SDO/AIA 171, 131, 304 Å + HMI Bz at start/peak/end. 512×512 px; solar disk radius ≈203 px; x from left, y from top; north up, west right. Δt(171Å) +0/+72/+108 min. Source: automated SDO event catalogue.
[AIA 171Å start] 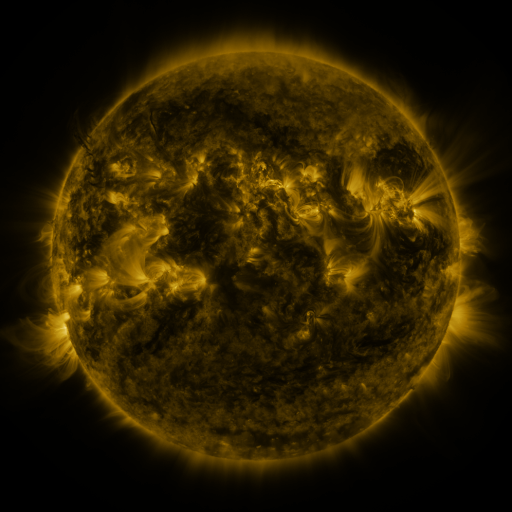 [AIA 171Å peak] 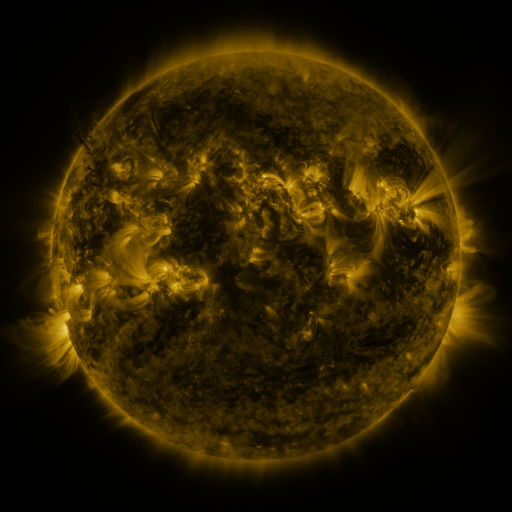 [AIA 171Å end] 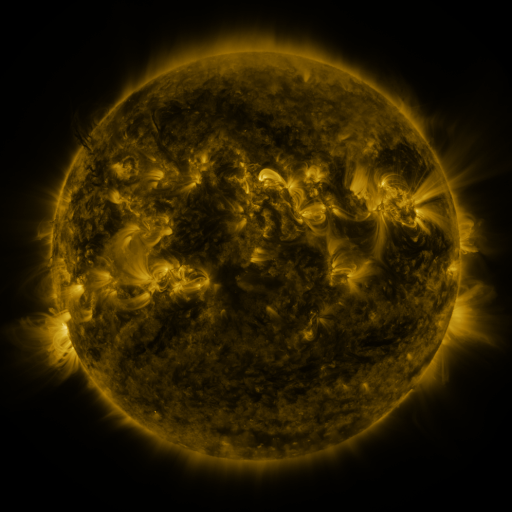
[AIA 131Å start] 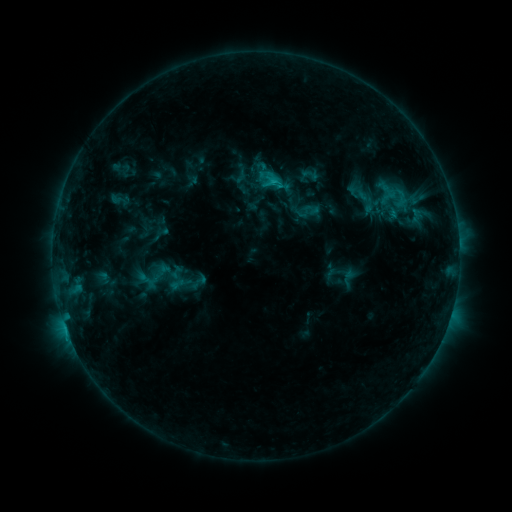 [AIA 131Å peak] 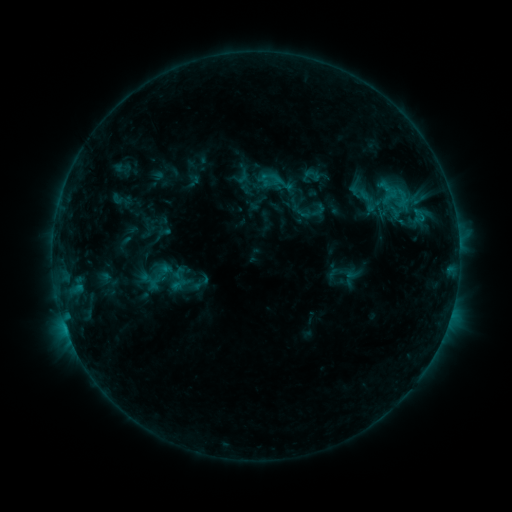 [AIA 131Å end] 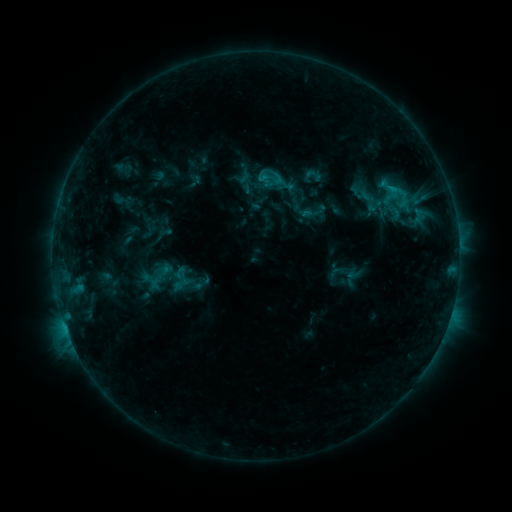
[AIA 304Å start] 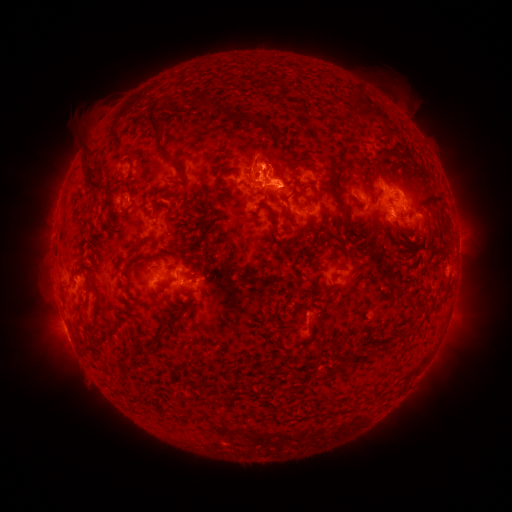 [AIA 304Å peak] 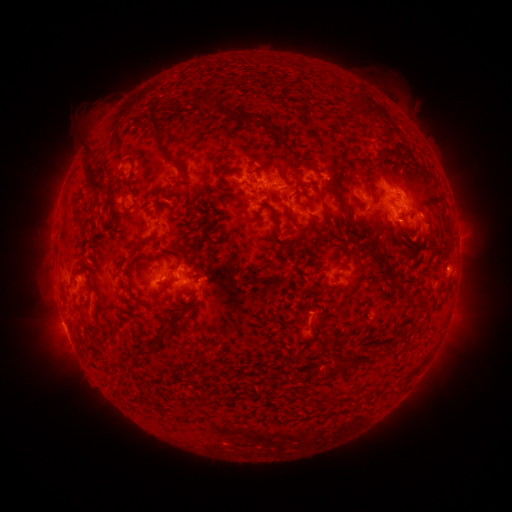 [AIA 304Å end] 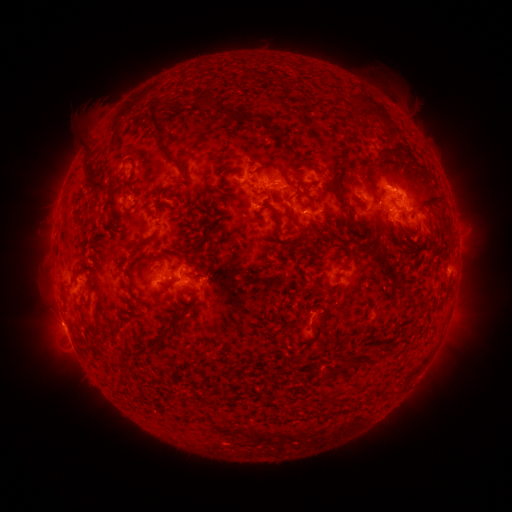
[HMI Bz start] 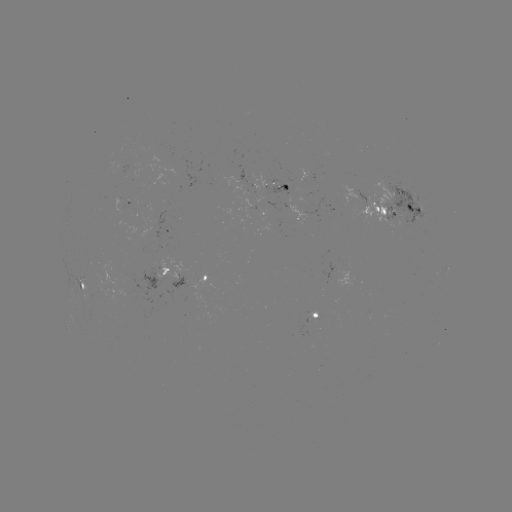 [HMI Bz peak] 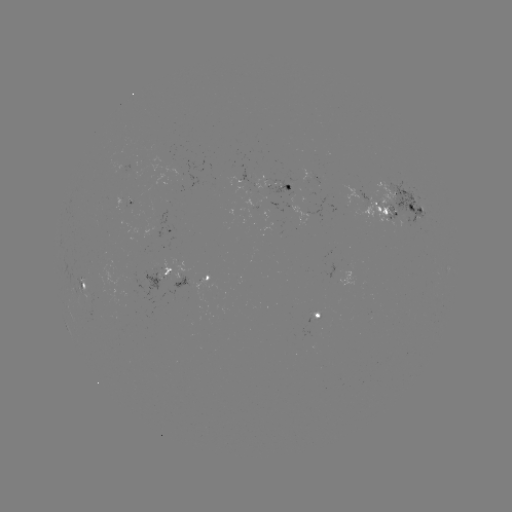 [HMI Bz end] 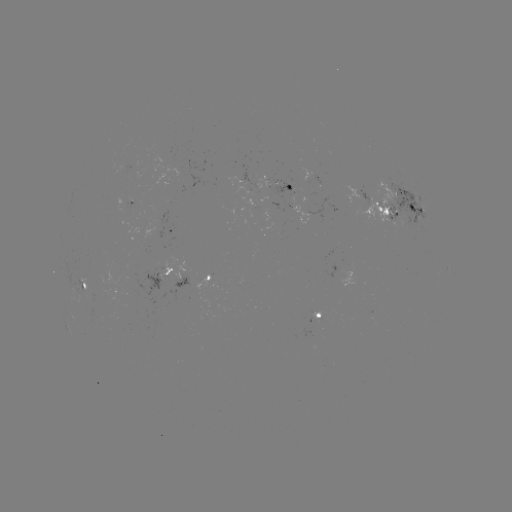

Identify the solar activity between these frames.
emerging-flux region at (244, 188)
